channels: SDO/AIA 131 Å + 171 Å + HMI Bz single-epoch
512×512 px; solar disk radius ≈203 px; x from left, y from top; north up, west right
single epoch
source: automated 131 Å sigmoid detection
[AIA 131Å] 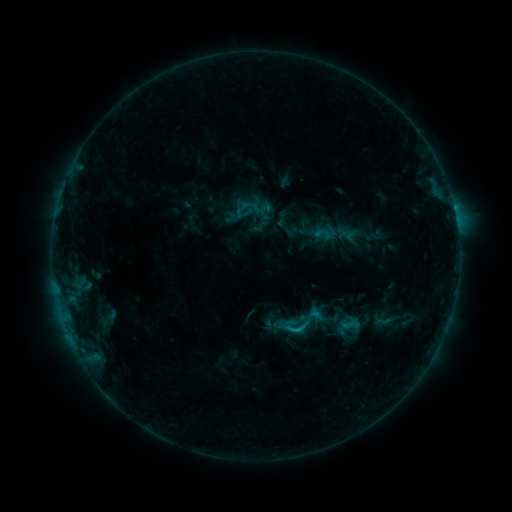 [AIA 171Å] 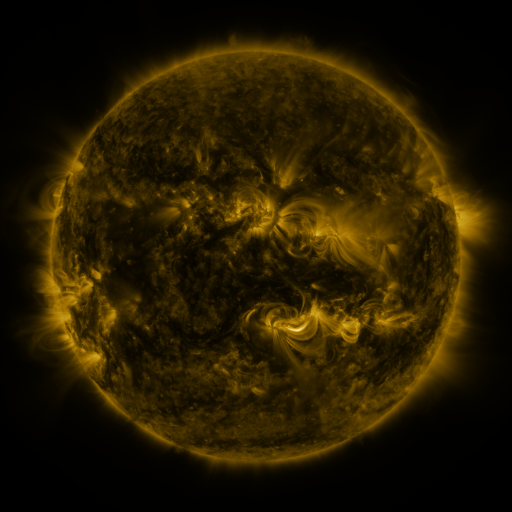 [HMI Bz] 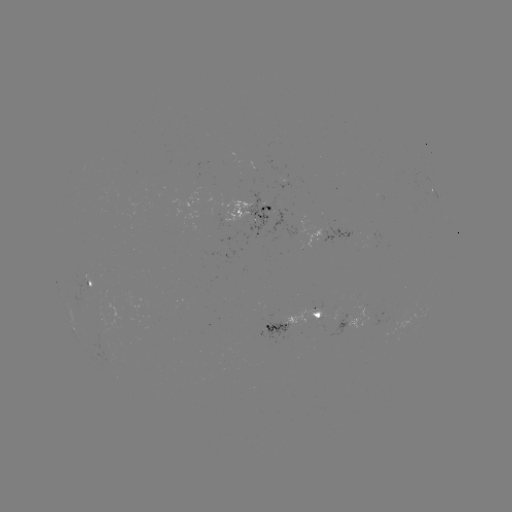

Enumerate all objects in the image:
sigmoid: (252, 209)
sigmoid: (346, 235)
sigmoid: (302, 320)
sigmoid: (350, 324)
